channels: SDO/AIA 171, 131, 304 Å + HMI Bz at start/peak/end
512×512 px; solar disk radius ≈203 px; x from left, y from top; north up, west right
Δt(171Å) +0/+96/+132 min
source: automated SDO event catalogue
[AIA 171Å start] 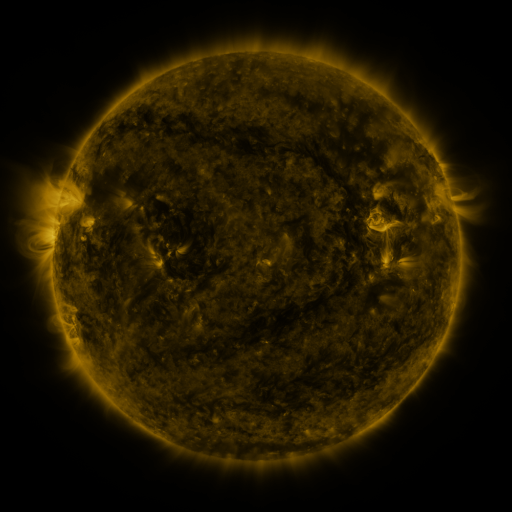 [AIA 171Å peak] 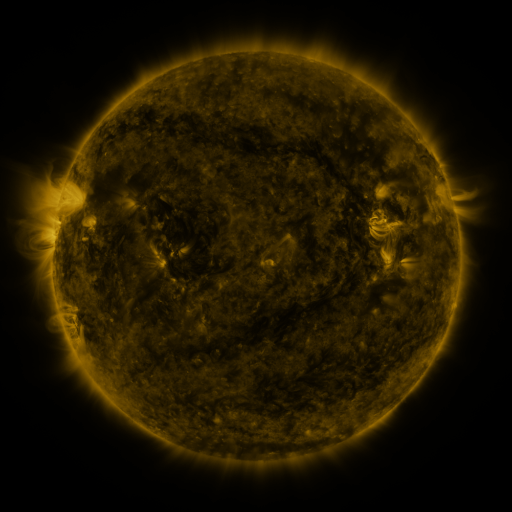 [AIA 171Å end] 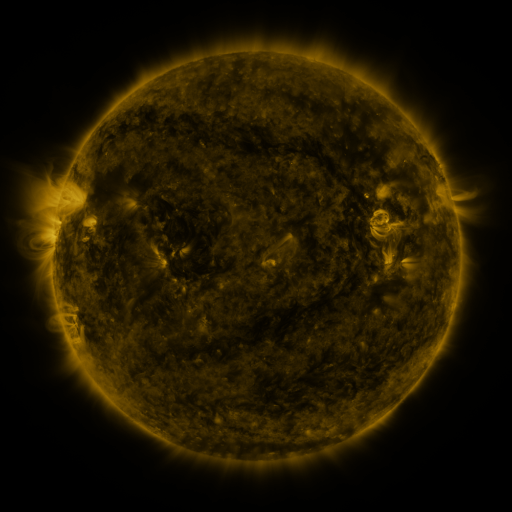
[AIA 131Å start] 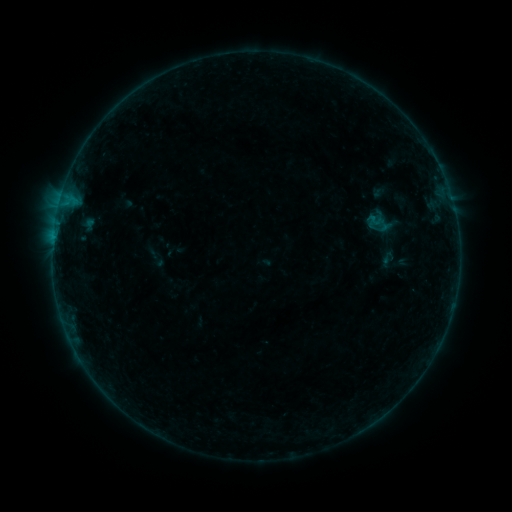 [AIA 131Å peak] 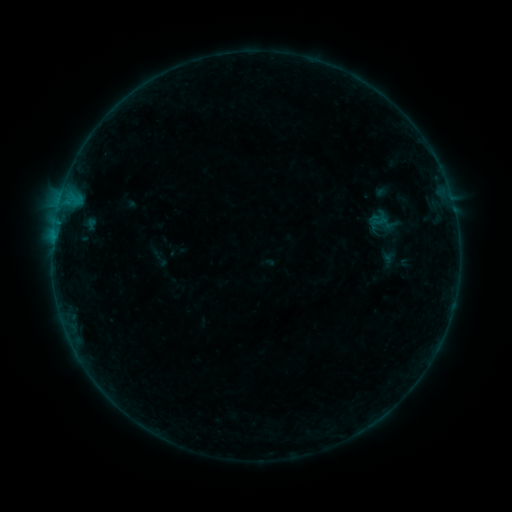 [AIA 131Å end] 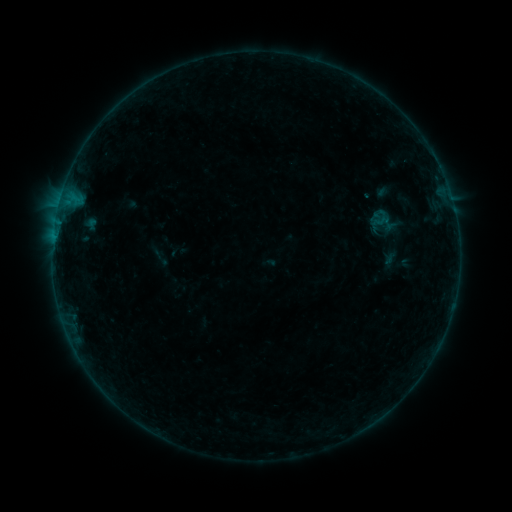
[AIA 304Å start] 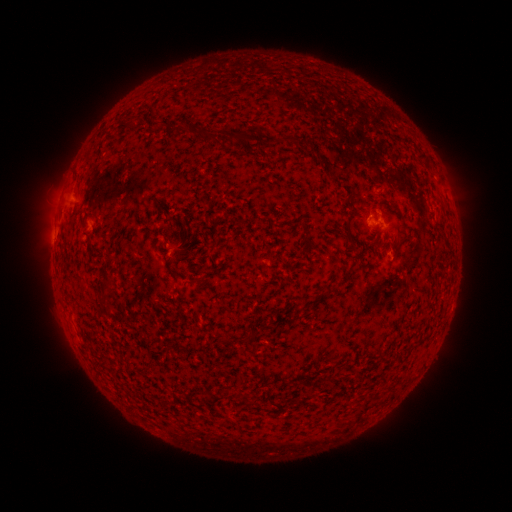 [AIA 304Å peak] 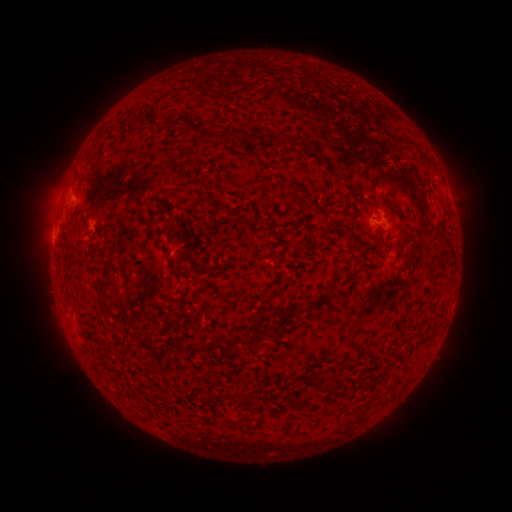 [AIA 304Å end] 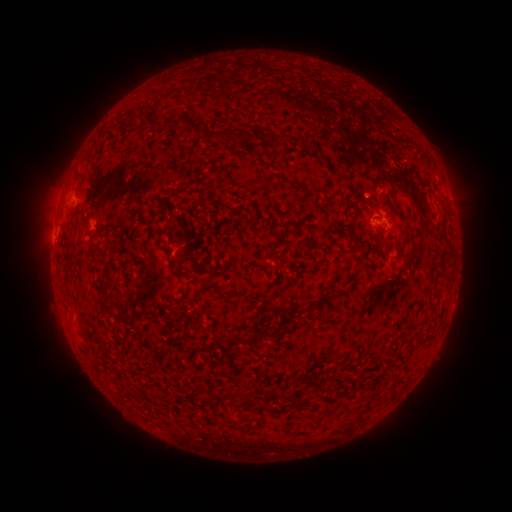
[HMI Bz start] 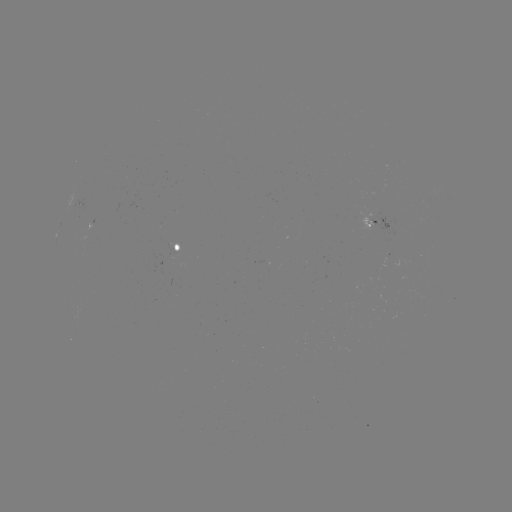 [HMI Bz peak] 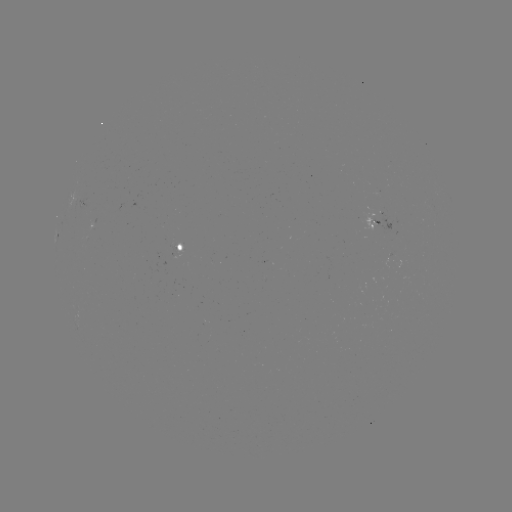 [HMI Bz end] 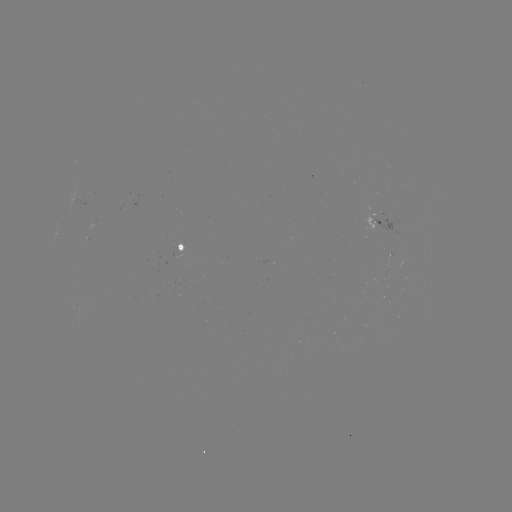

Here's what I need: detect emerging-flux region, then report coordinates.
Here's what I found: emerging-flux region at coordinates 91,228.